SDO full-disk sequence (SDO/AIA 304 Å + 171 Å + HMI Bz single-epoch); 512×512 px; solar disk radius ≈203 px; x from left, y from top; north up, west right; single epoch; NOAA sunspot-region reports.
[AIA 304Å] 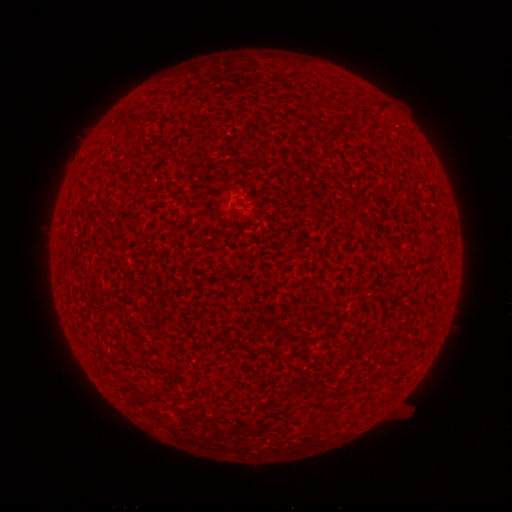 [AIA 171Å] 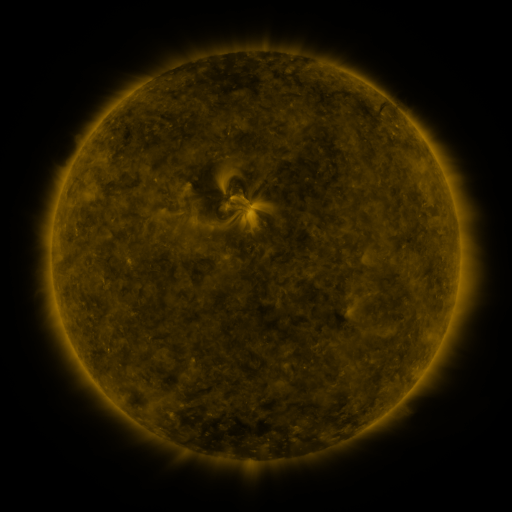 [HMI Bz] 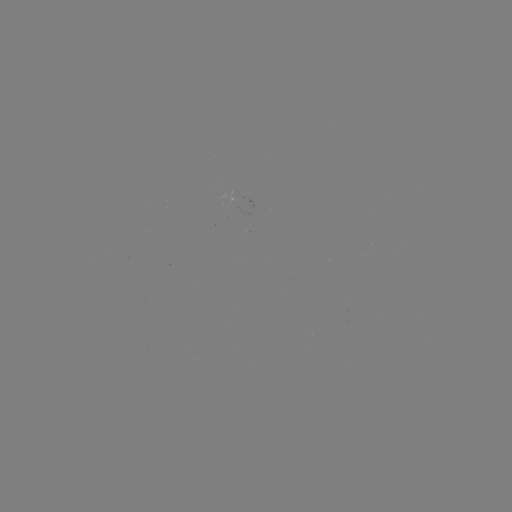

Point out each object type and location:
(none)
